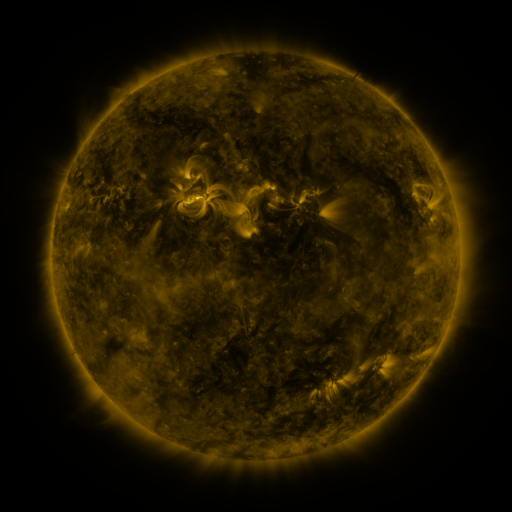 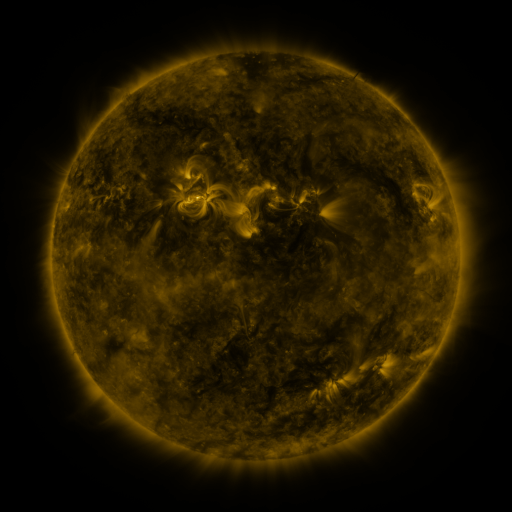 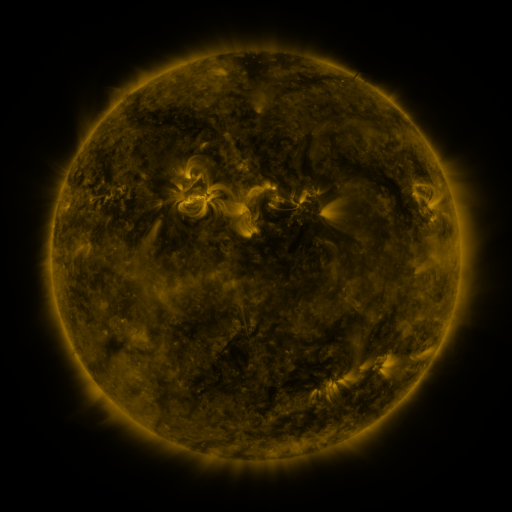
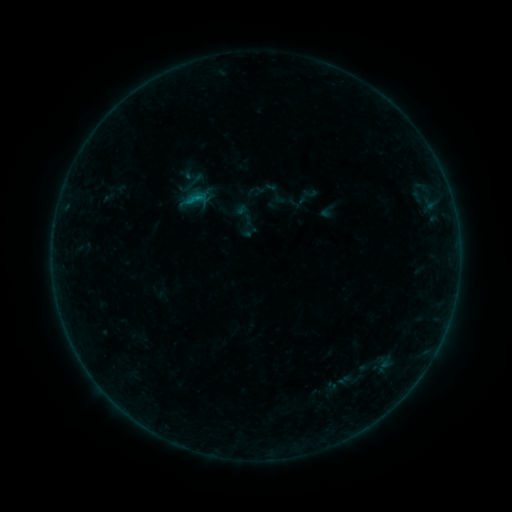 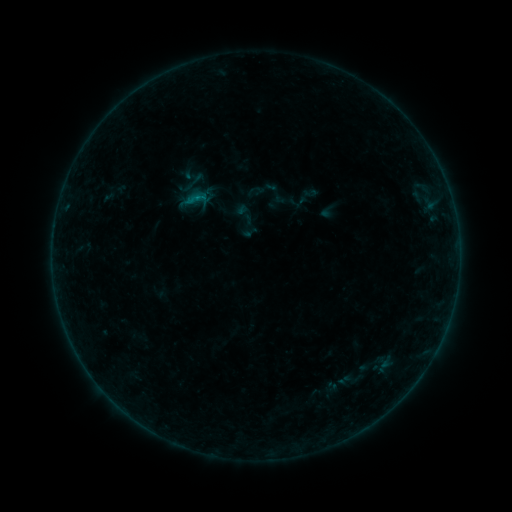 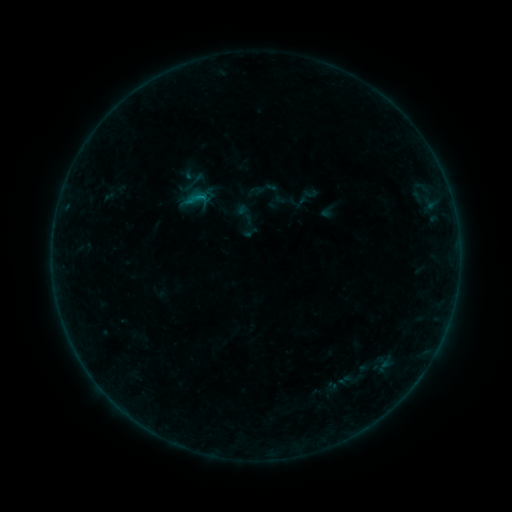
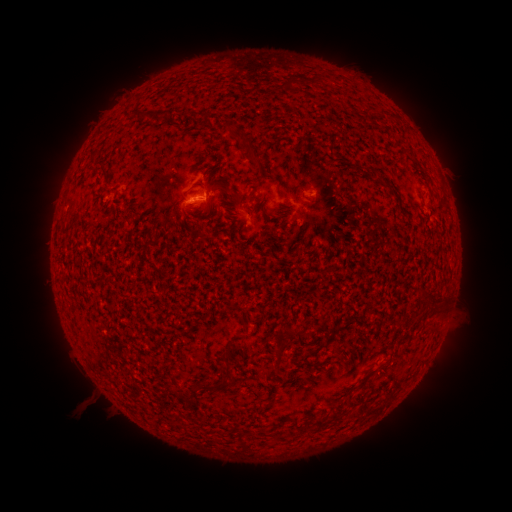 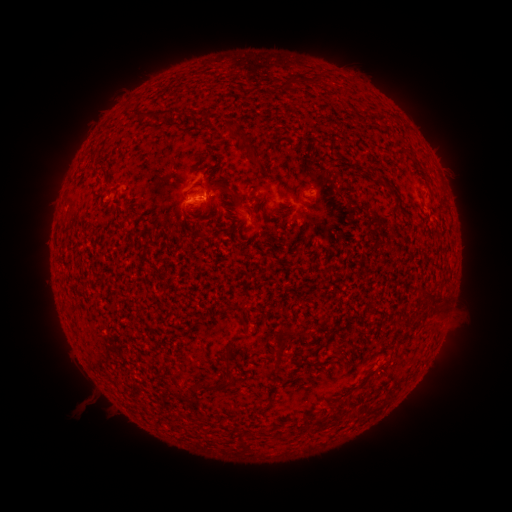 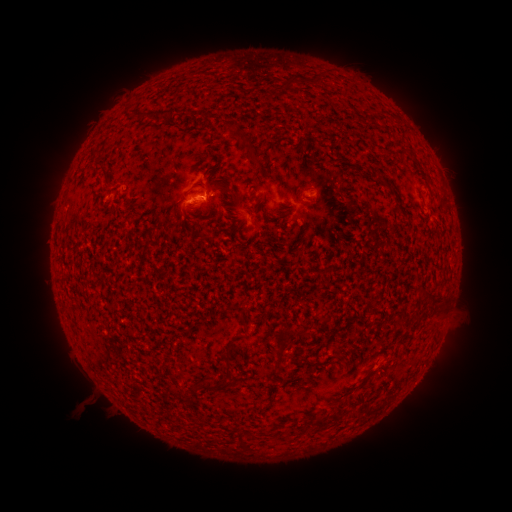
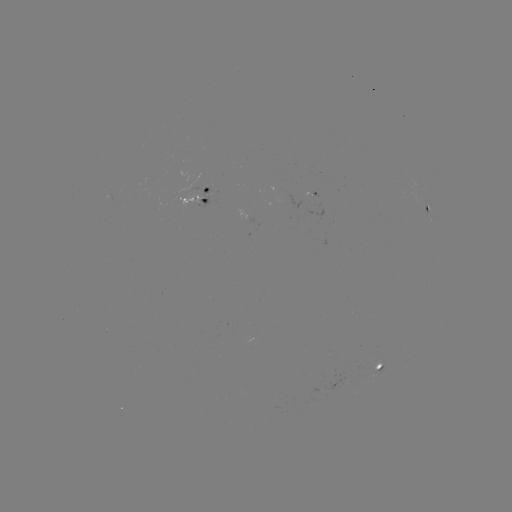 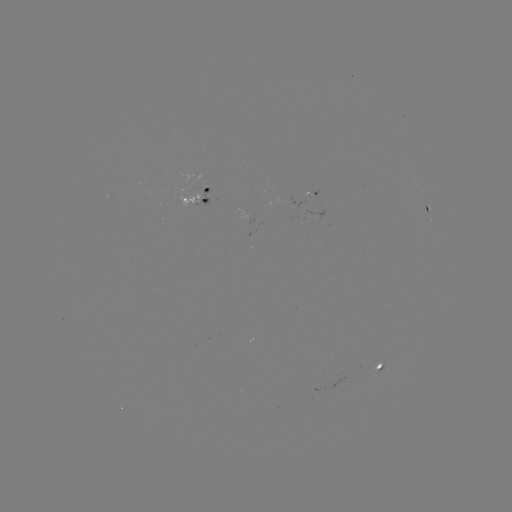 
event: flare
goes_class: B4.0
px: (200, 199)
